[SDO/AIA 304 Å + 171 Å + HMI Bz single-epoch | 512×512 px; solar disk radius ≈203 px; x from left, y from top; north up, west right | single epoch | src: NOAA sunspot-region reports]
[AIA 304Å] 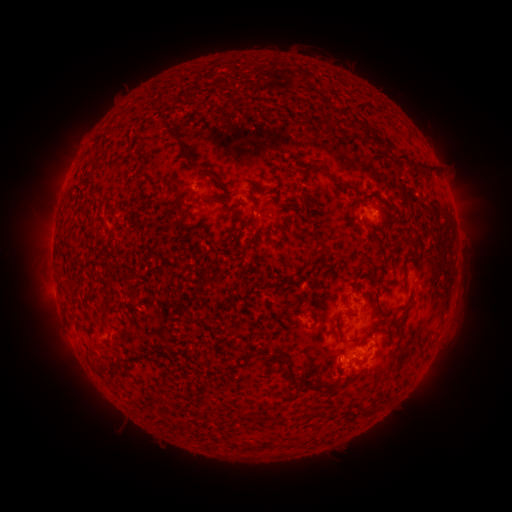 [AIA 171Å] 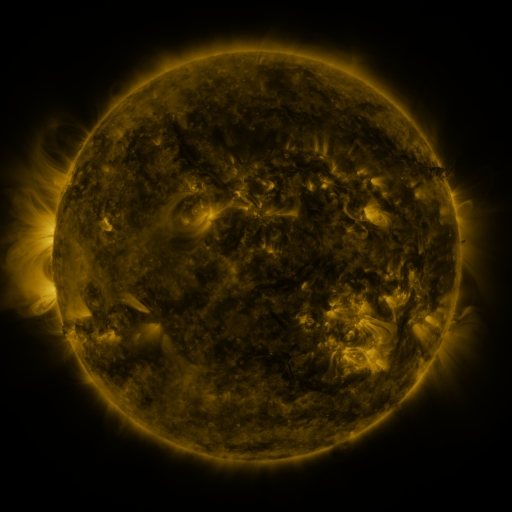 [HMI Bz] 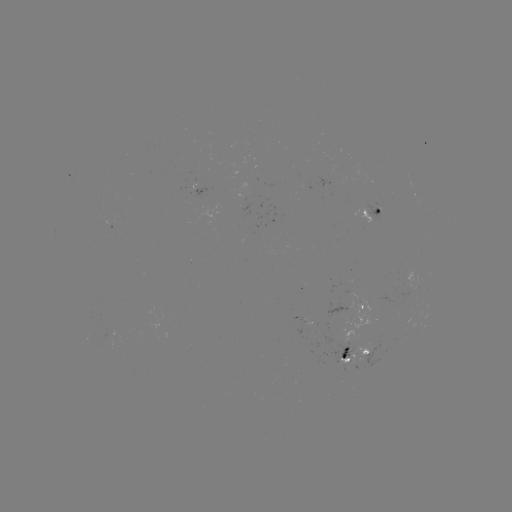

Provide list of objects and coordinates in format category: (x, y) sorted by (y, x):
spotted active region: (266, 212)
spotted active region: (373, 212)
spotted active region: (413, 276)
spotted active region: (351, 304)
spotted active region: (309, 314)
spotted active region: (358, 354)
